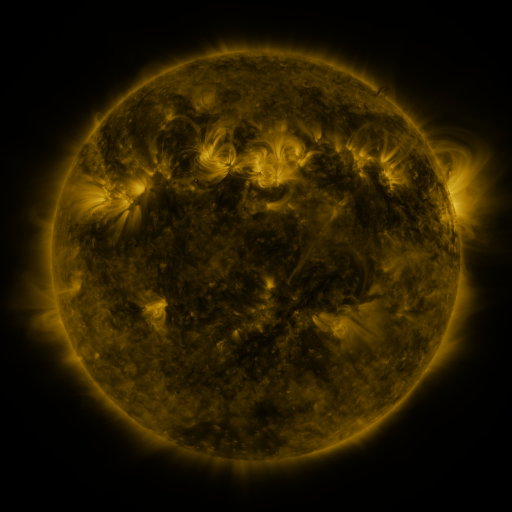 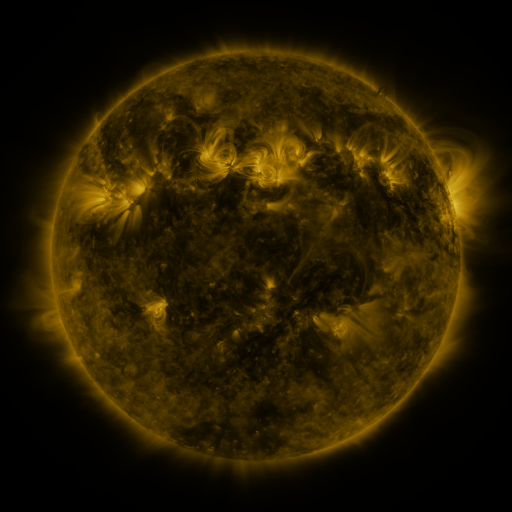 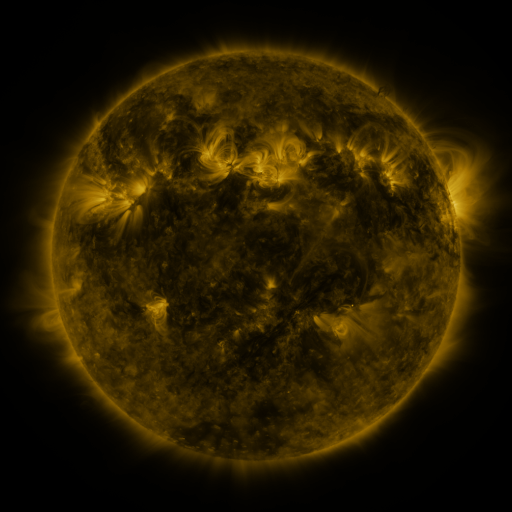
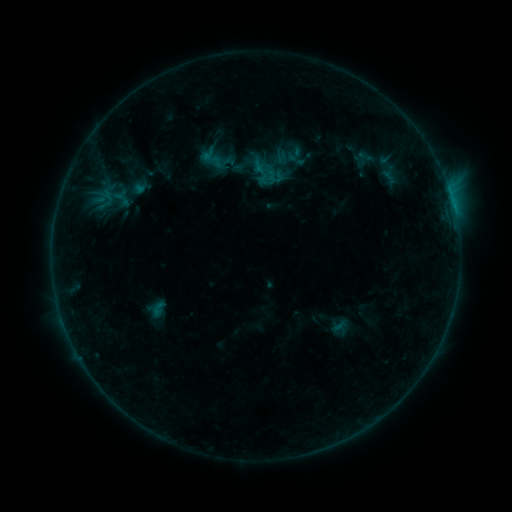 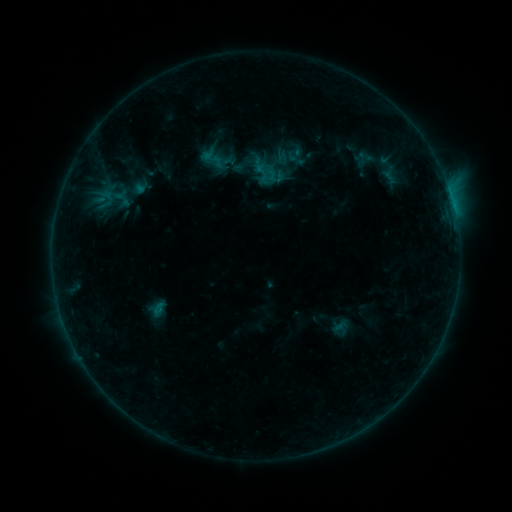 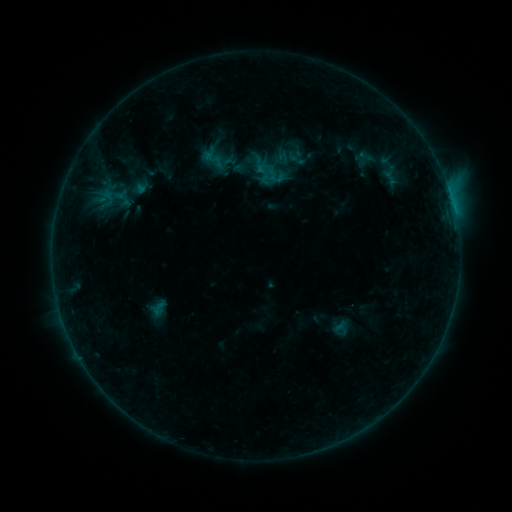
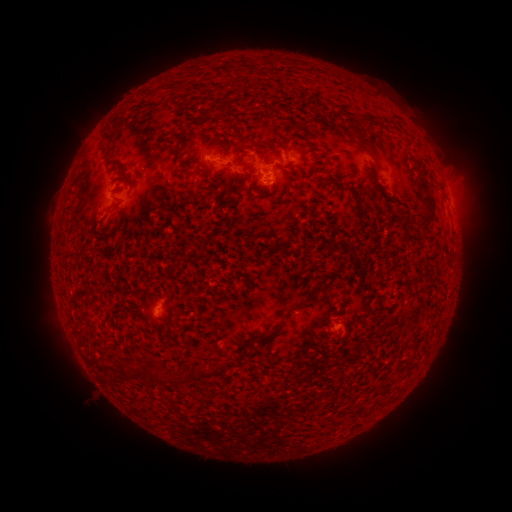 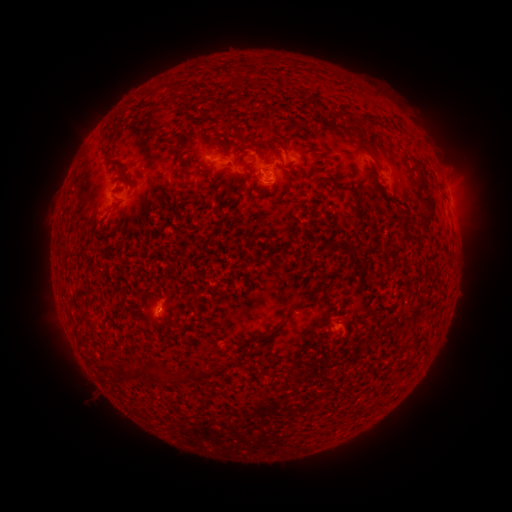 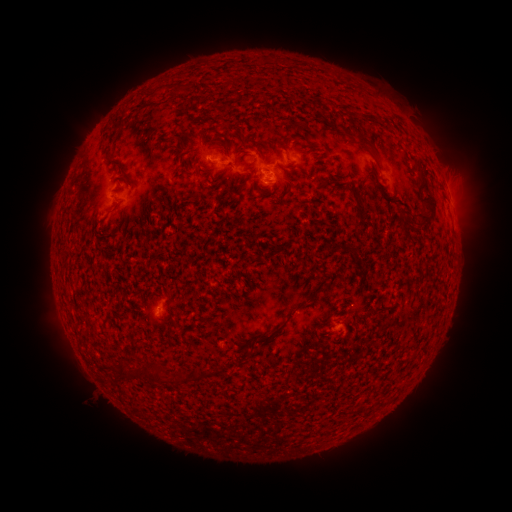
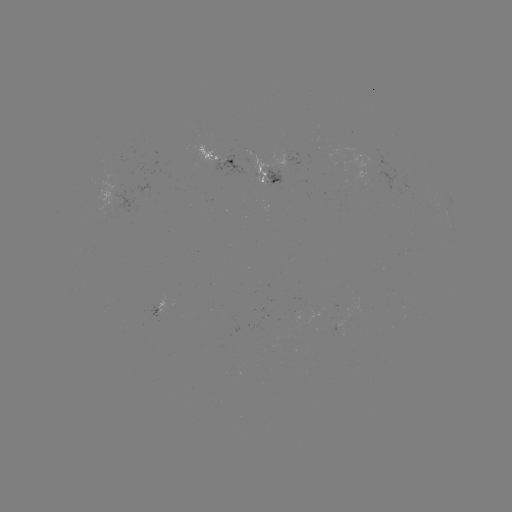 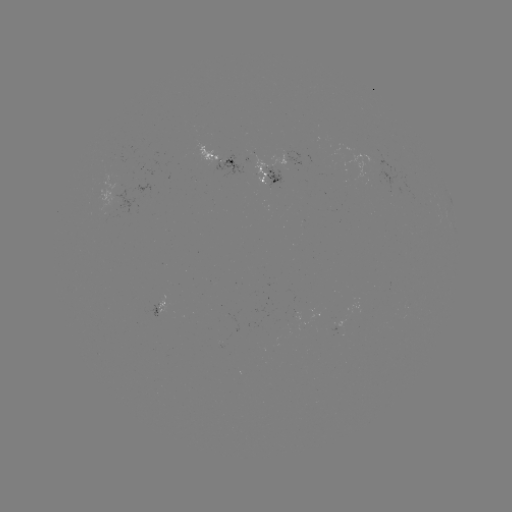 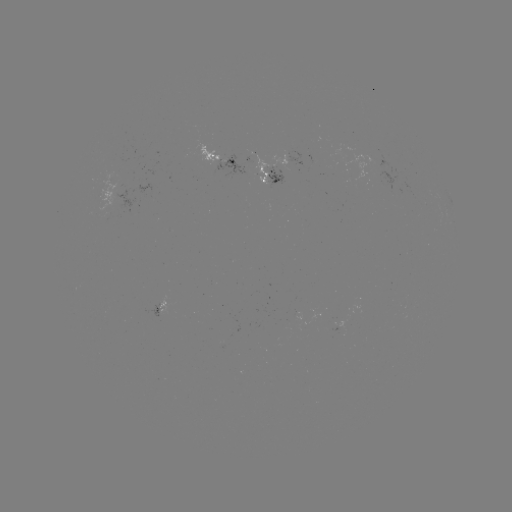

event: emerging-flux region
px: (156, 310)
